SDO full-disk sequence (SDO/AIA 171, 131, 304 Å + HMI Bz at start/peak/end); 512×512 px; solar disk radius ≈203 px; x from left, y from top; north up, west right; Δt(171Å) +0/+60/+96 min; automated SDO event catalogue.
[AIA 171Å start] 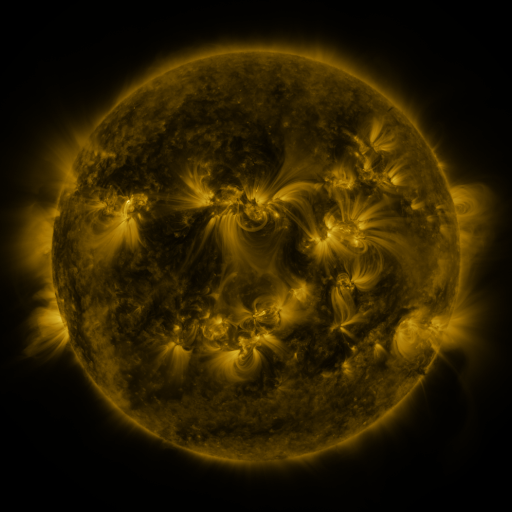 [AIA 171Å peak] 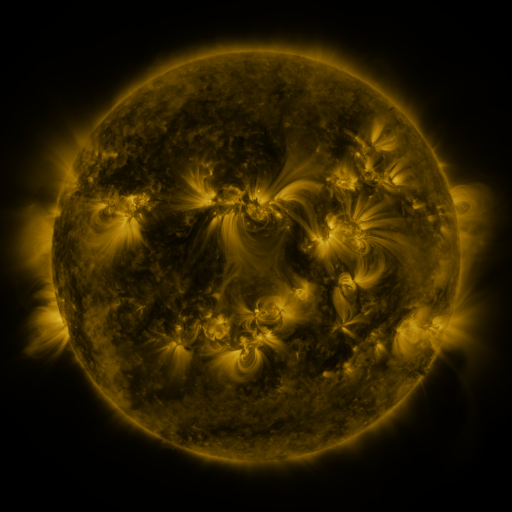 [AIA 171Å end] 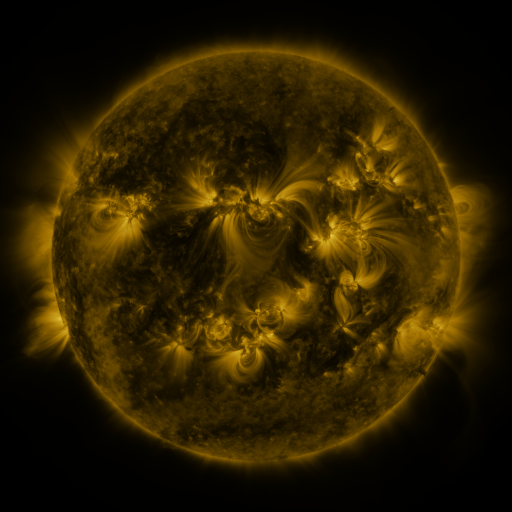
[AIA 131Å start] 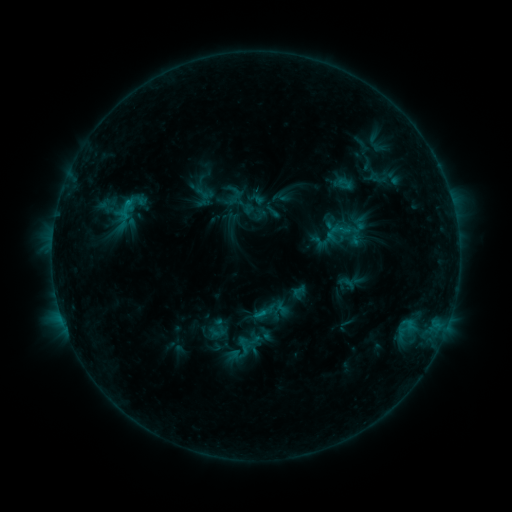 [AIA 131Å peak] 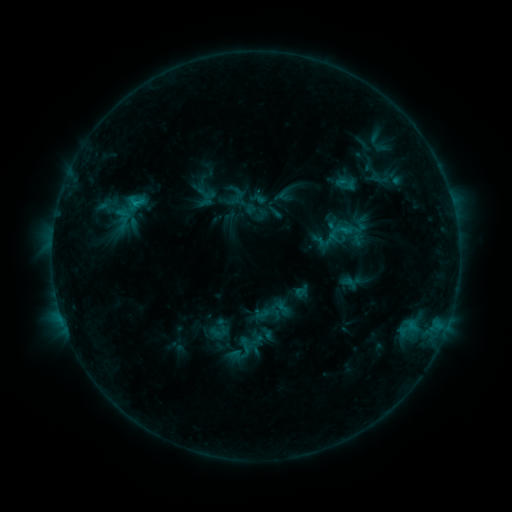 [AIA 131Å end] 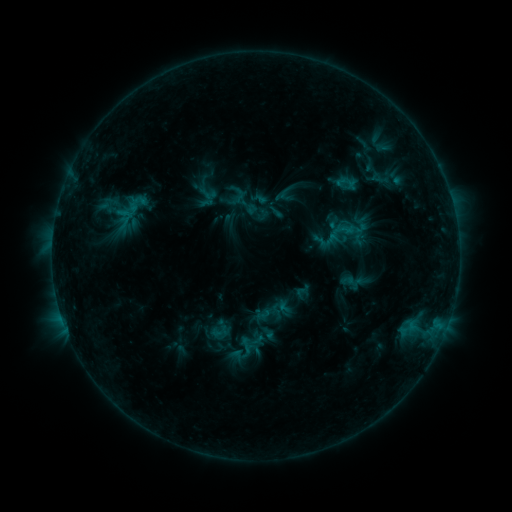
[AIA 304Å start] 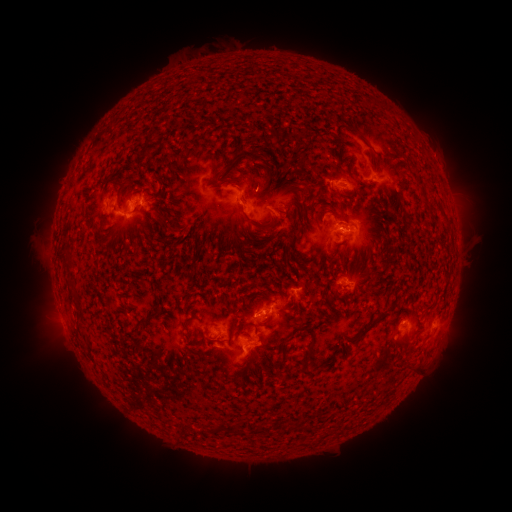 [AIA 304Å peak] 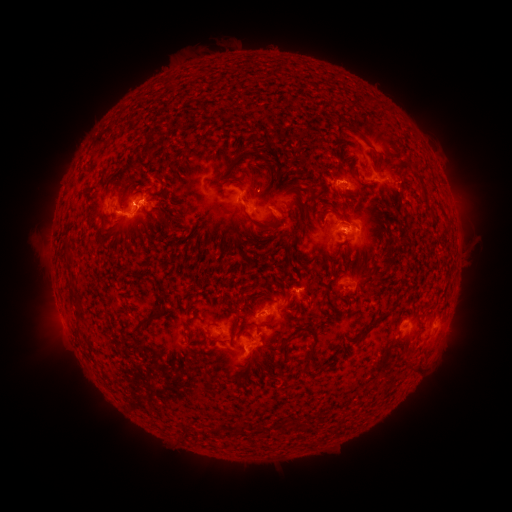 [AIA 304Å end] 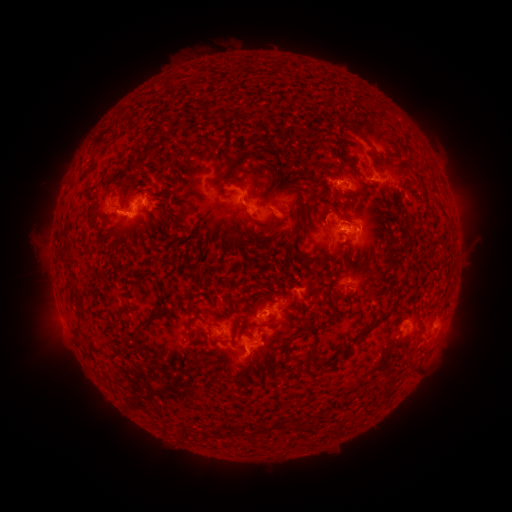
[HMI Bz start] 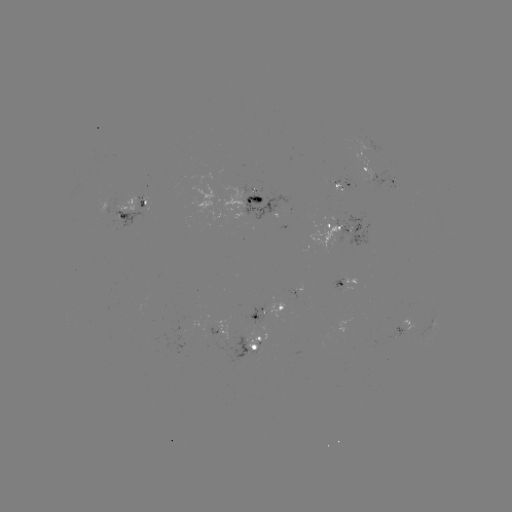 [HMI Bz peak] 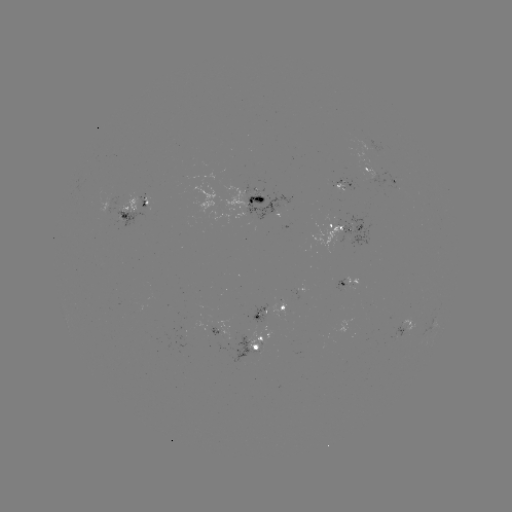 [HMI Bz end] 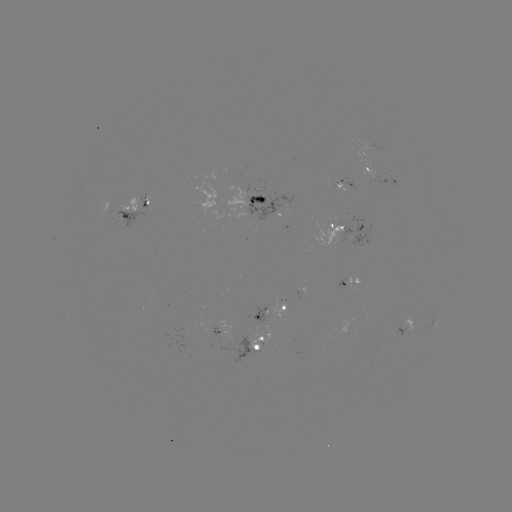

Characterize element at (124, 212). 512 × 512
emerging-flux region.